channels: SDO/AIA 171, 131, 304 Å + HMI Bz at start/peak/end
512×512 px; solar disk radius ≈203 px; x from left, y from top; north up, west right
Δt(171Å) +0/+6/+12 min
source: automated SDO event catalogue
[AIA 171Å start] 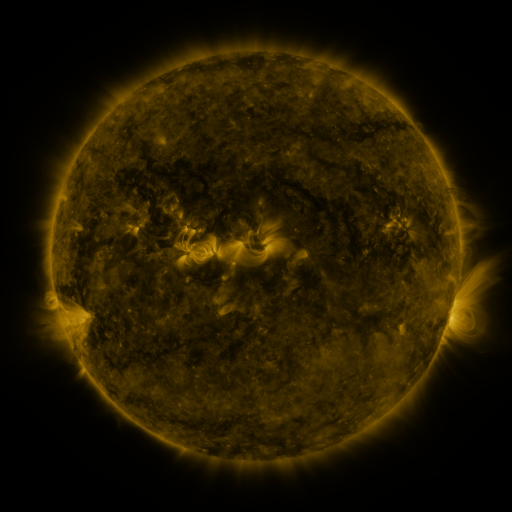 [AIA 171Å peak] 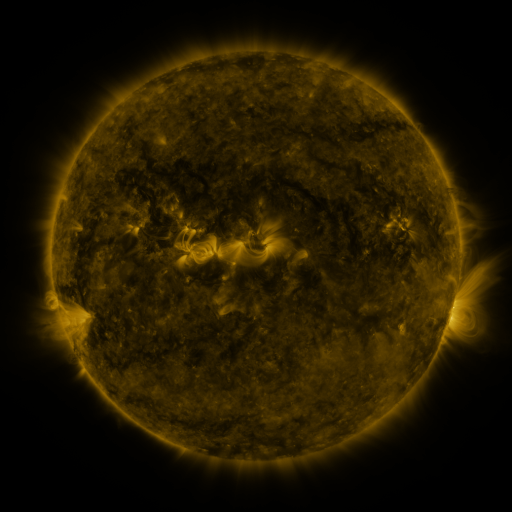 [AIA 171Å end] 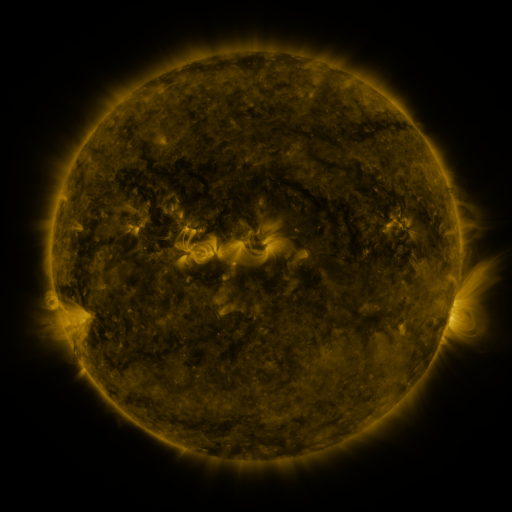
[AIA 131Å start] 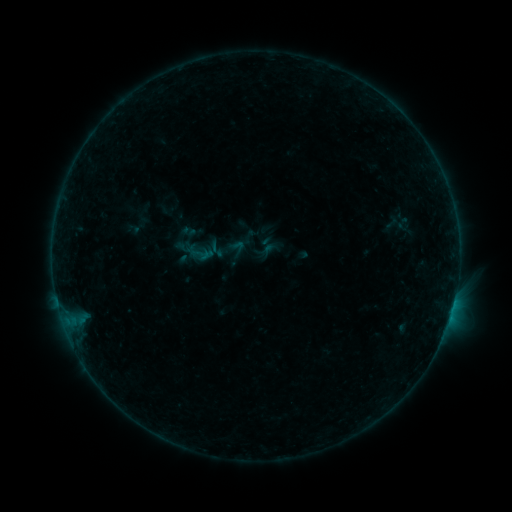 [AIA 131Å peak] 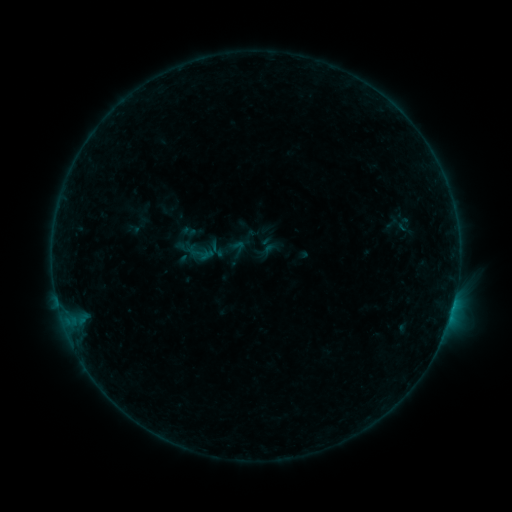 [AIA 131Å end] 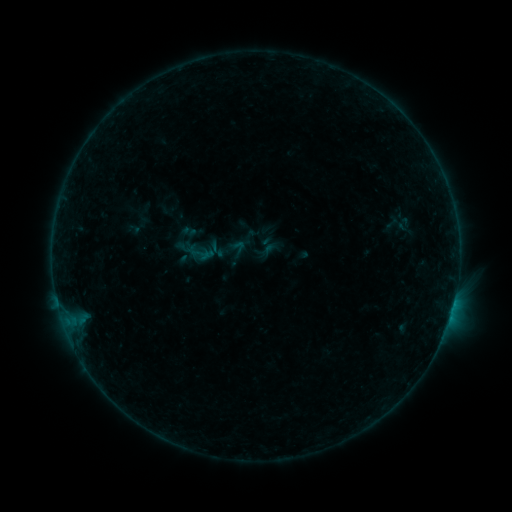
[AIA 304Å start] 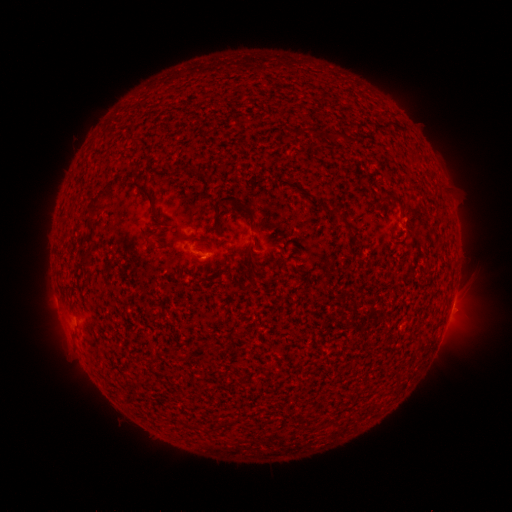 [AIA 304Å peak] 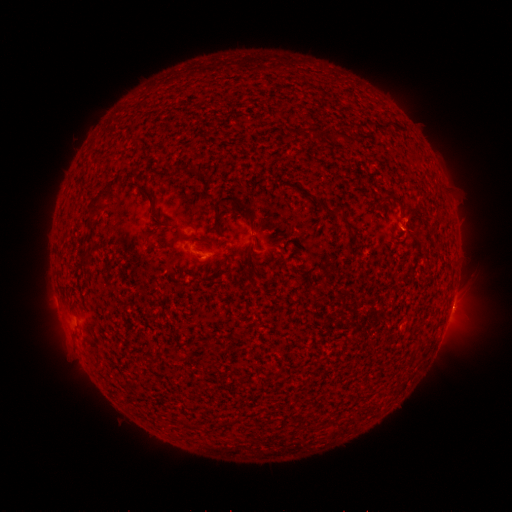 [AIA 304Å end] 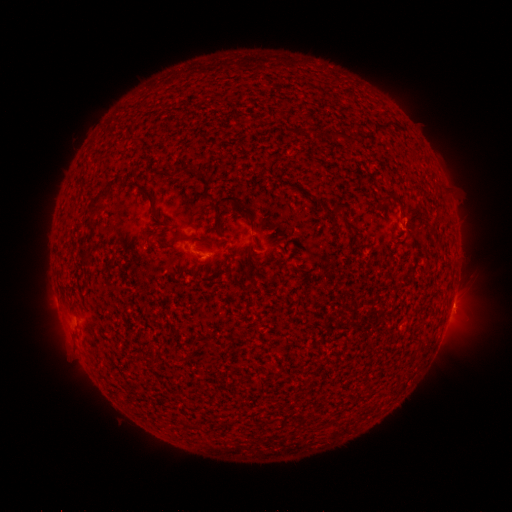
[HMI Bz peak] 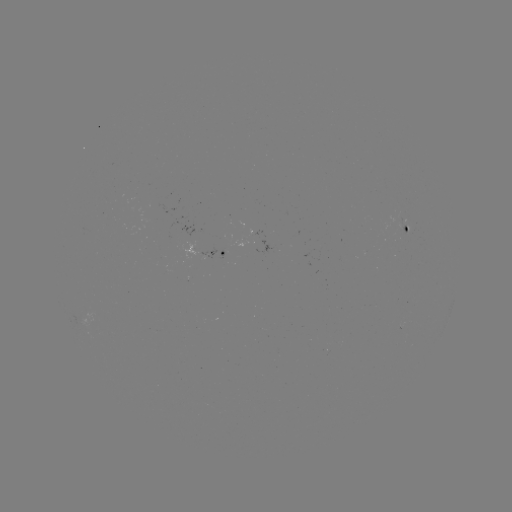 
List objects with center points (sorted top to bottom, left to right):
eruption: (457, 305)
